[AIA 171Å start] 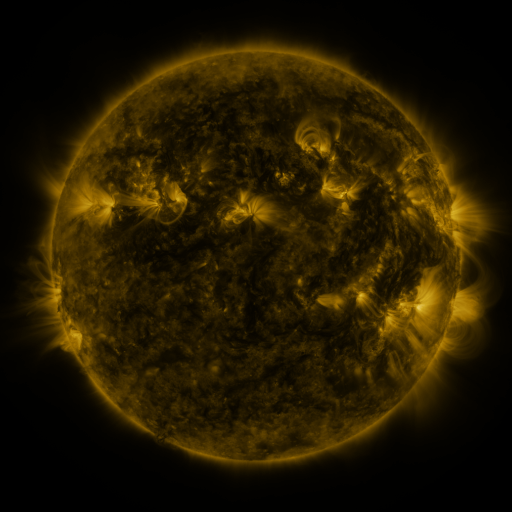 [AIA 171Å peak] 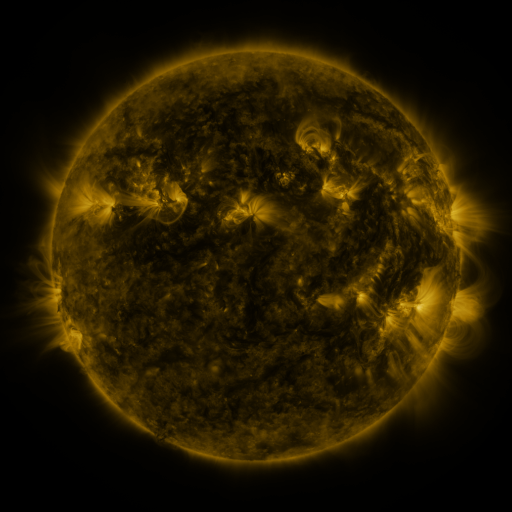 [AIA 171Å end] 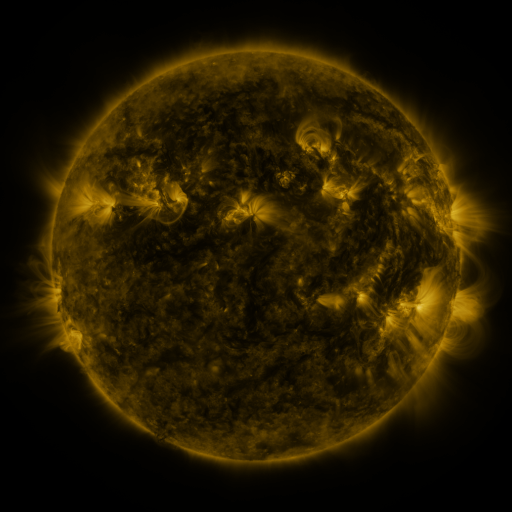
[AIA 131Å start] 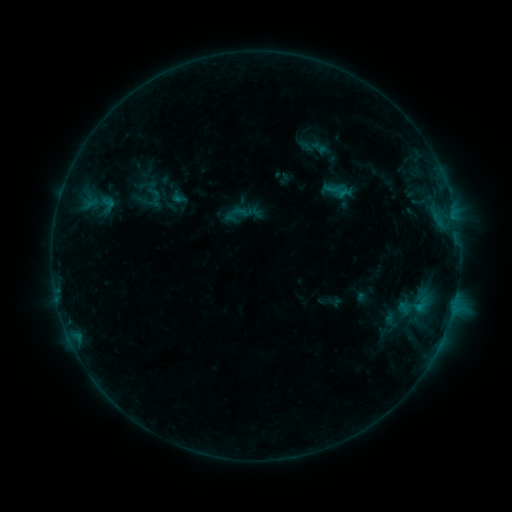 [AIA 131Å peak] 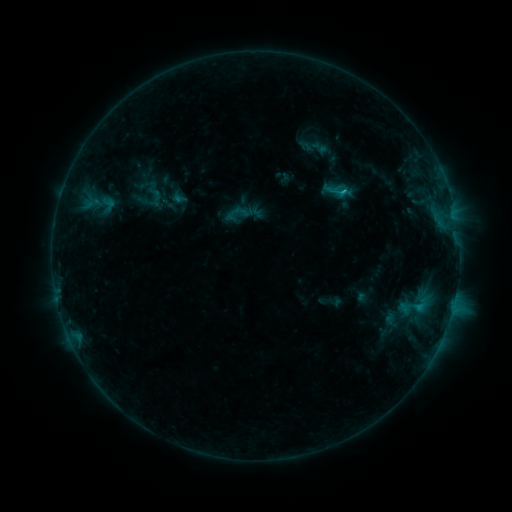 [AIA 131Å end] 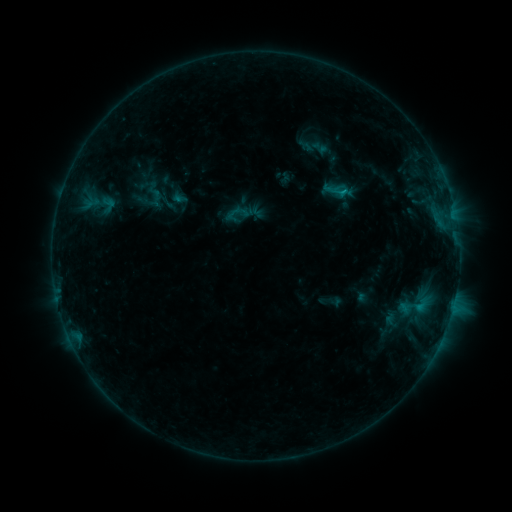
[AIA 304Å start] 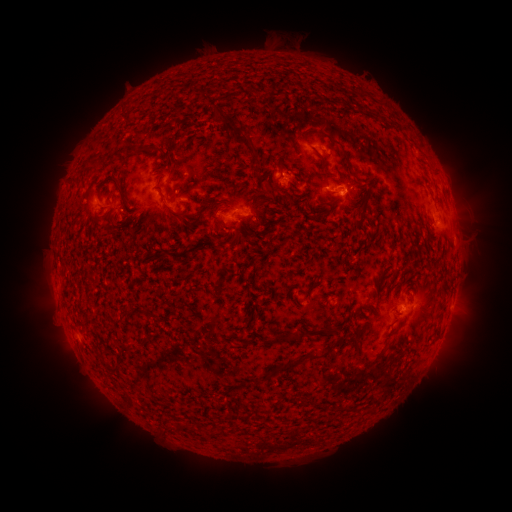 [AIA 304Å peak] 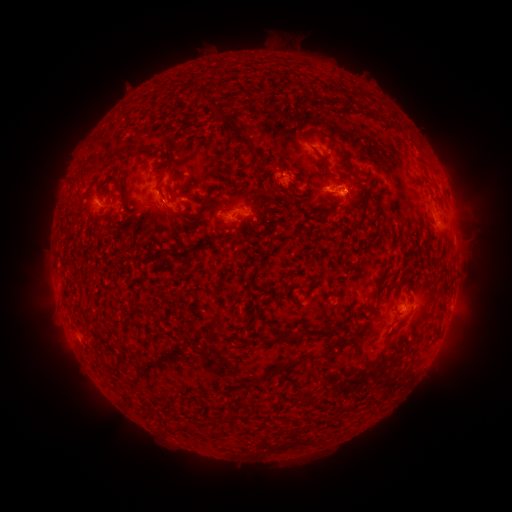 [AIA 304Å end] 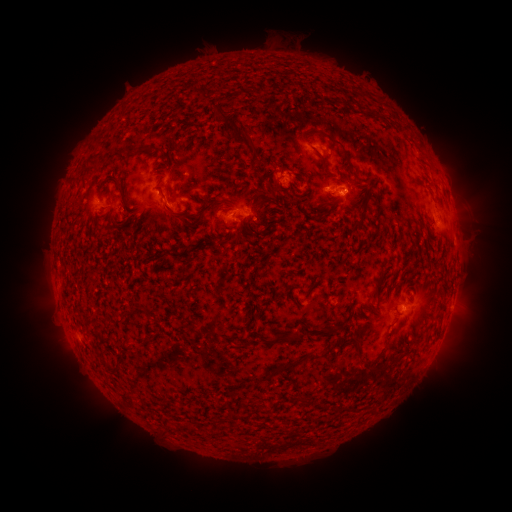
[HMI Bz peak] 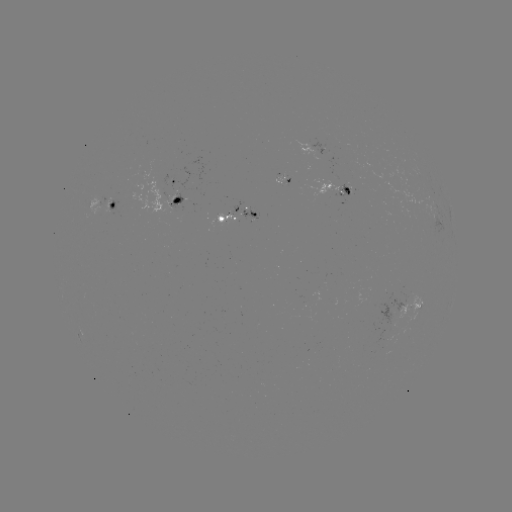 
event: flare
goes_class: B6.6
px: (343, 194)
